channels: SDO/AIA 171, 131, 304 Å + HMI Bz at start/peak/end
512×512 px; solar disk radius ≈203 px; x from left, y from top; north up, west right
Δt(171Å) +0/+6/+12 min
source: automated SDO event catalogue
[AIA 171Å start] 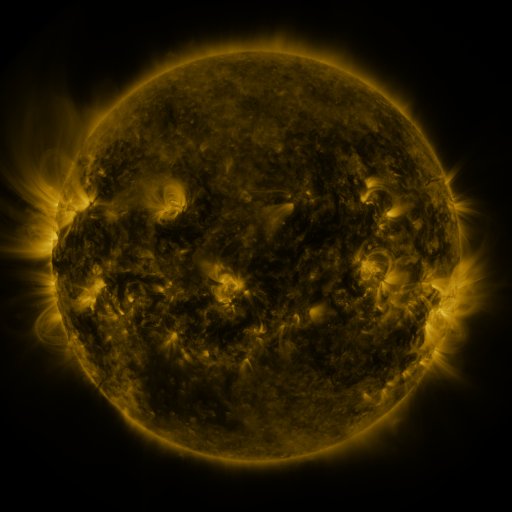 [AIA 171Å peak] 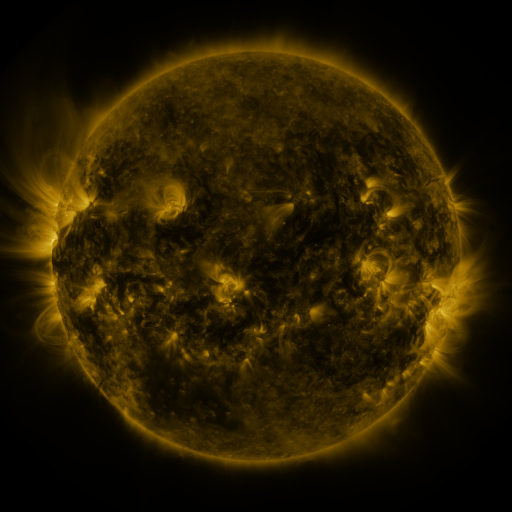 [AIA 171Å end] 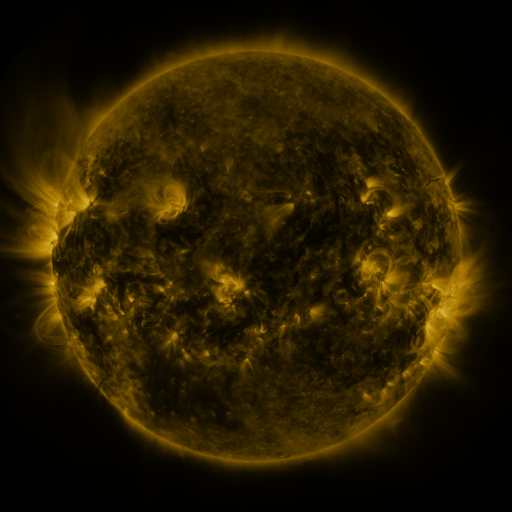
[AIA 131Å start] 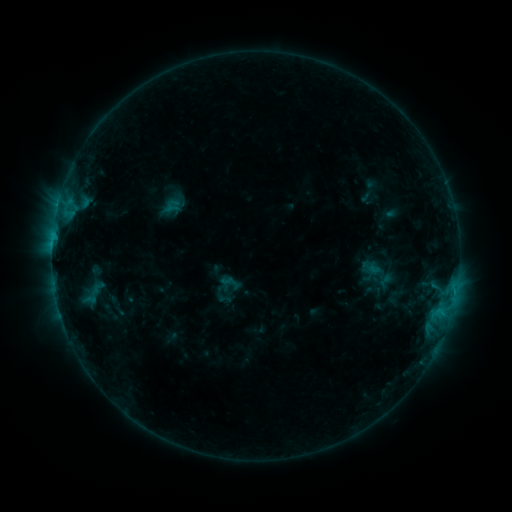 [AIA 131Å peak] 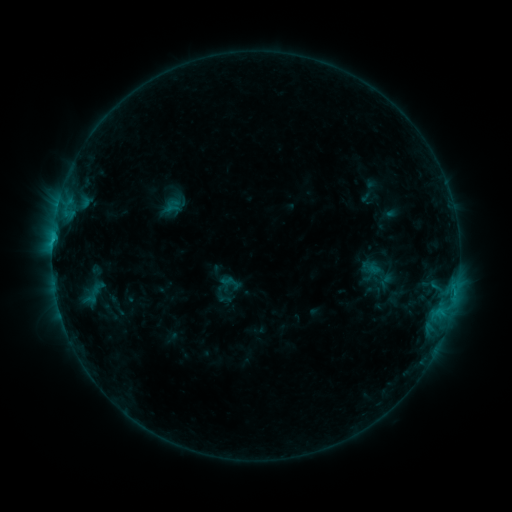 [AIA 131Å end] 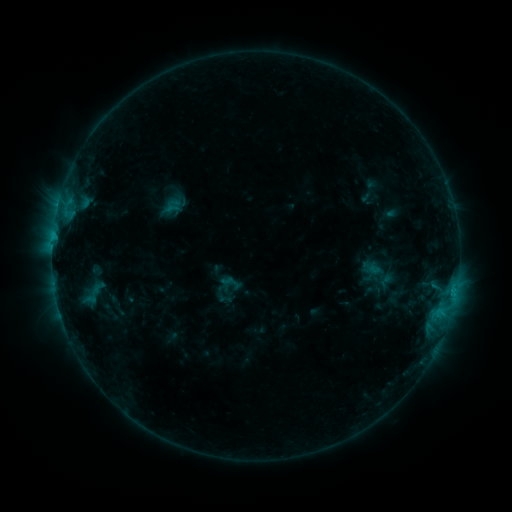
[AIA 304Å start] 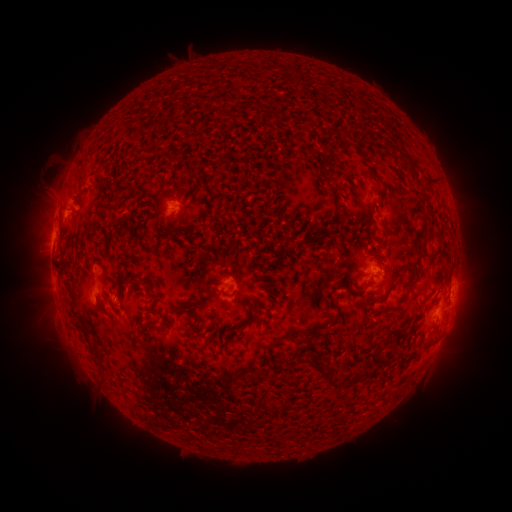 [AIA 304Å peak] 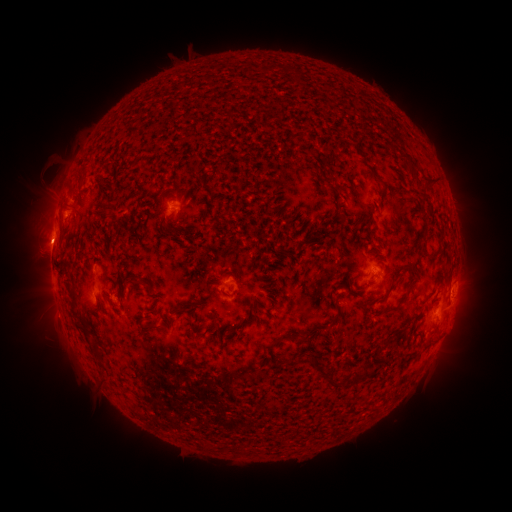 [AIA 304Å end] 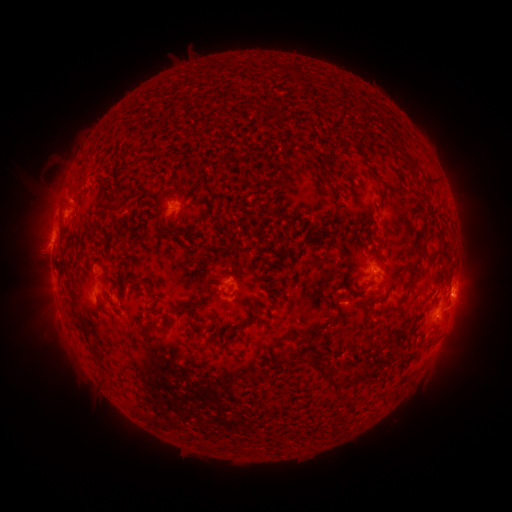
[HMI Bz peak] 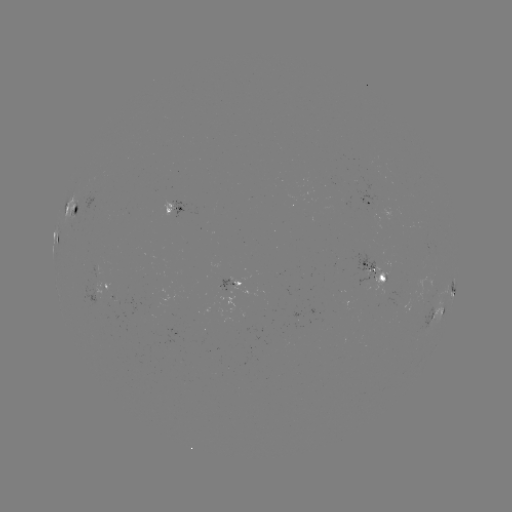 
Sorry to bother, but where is eruption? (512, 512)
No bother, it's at [46, 243].